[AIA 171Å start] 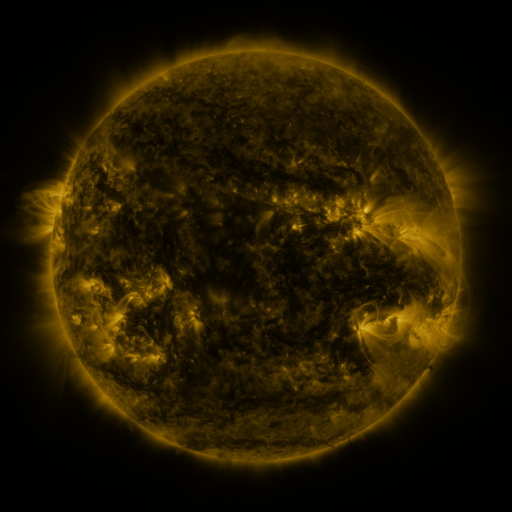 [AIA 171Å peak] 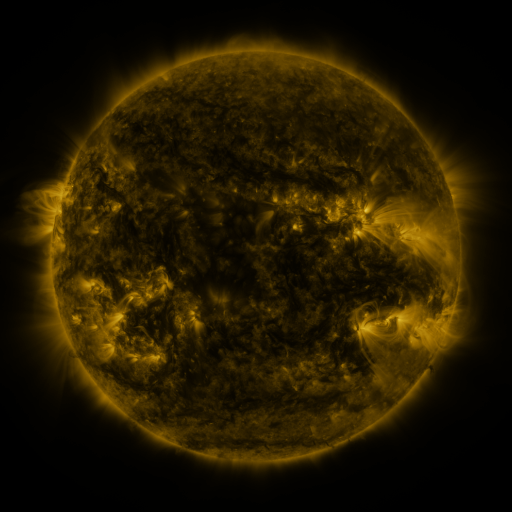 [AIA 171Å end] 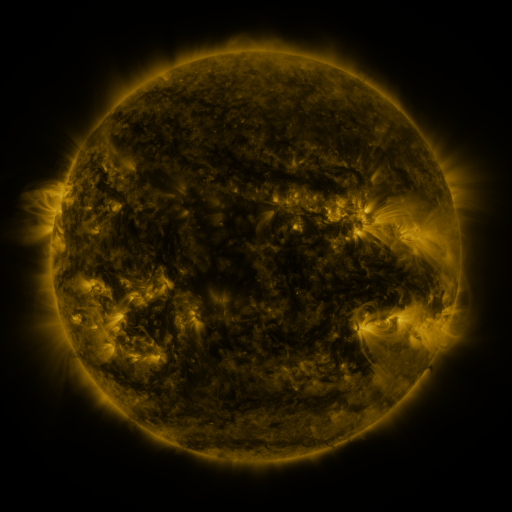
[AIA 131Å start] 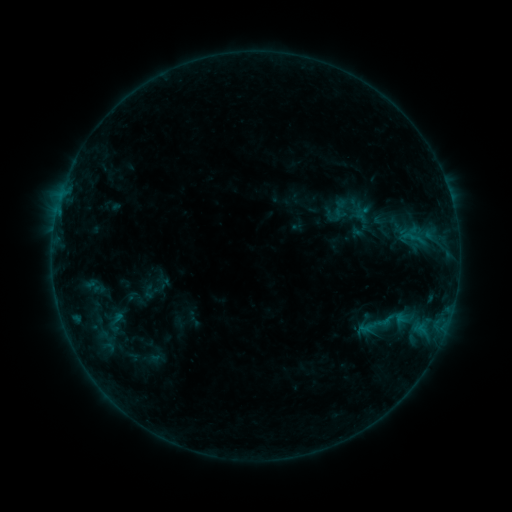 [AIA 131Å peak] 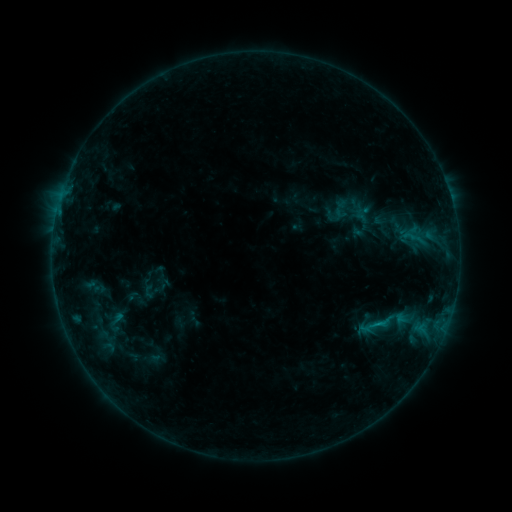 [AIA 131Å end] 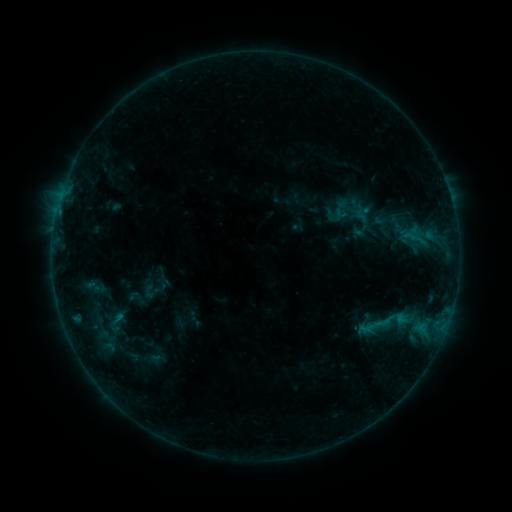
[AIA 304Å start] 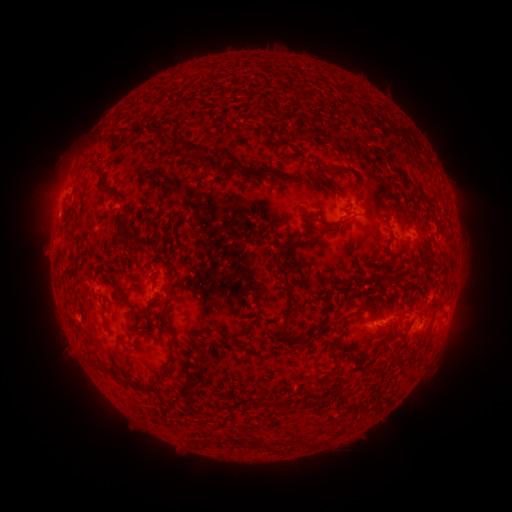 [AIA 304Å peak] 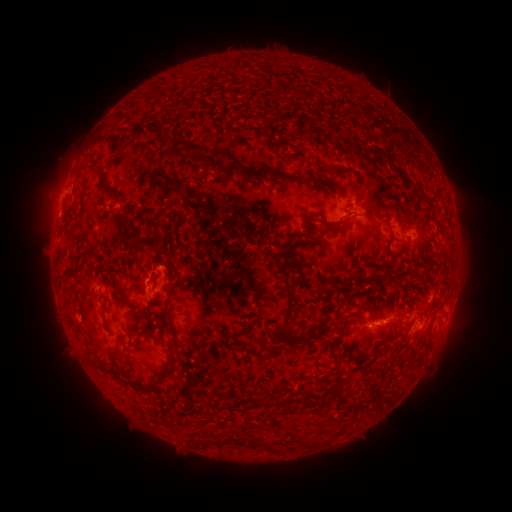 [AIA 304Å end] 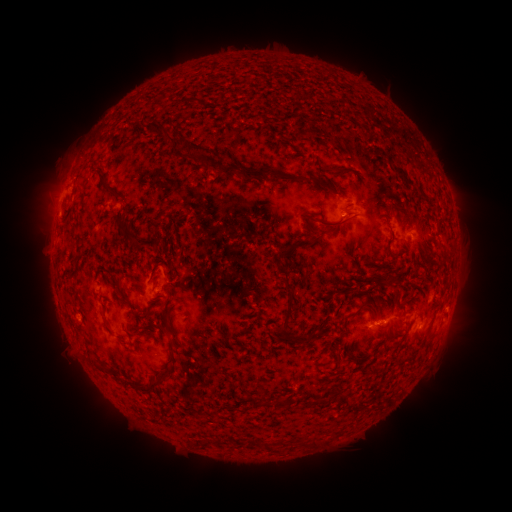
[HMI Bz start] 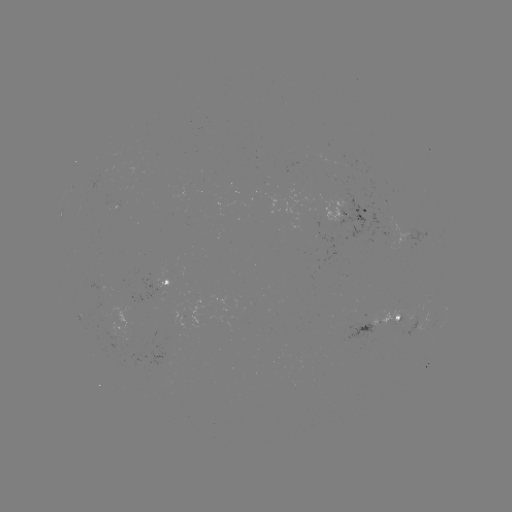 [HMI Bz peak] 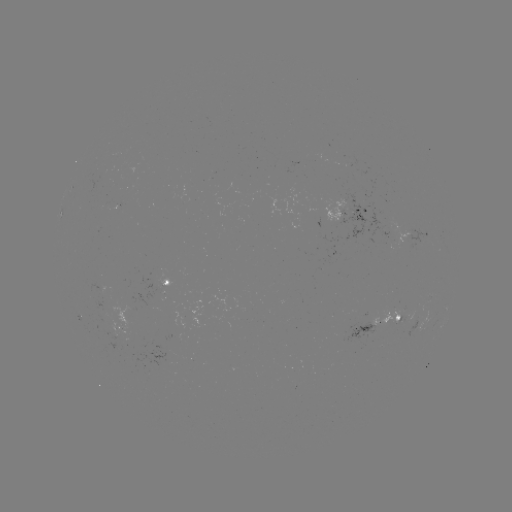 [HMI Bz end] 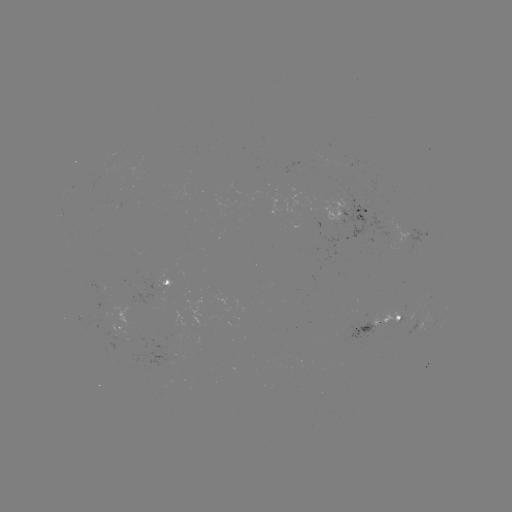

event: flare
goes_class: B5.4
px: (376, 323)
